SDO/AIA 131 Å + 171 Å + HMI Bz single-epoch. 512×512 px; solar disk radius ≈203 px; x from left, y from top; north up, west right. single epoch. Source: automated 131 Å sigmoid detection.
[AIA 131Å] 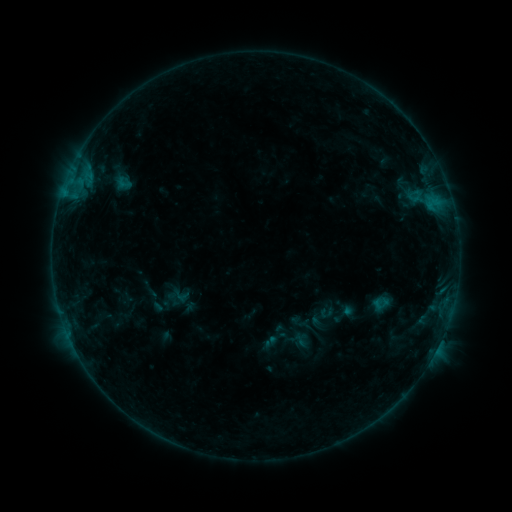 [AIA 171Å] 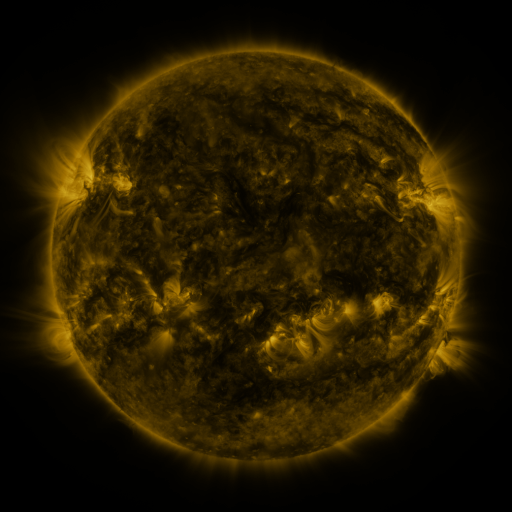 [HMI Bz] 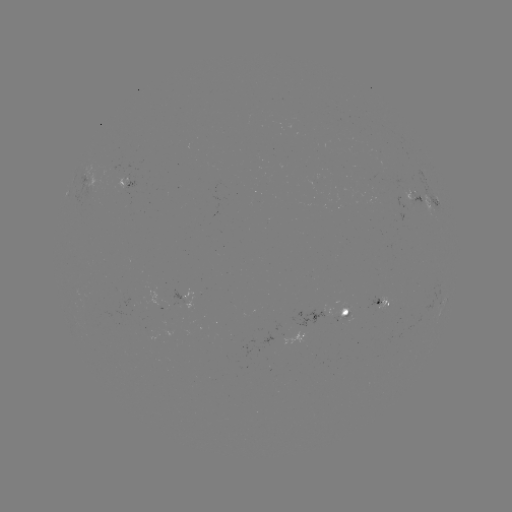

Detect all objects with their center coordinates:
sigmoid: (115, 174, 133, 192)
